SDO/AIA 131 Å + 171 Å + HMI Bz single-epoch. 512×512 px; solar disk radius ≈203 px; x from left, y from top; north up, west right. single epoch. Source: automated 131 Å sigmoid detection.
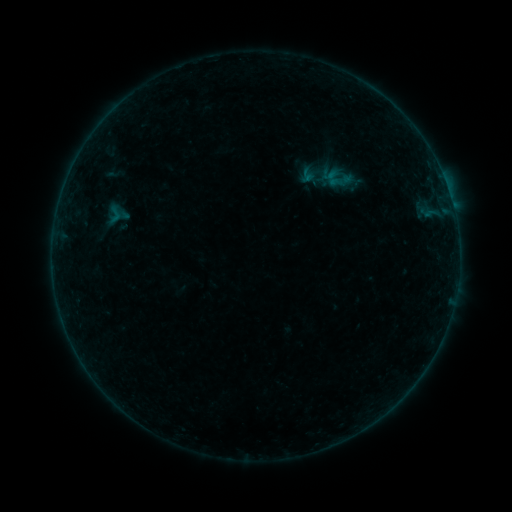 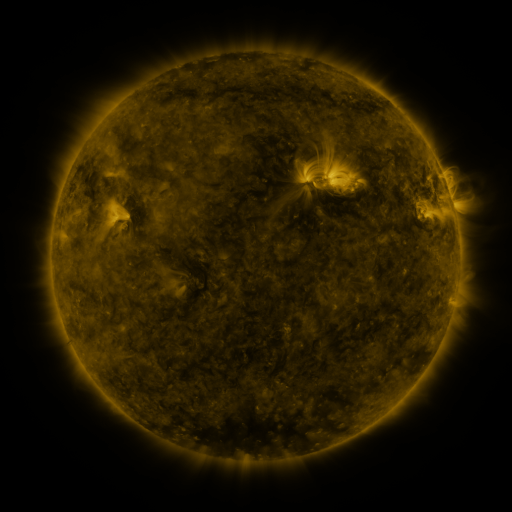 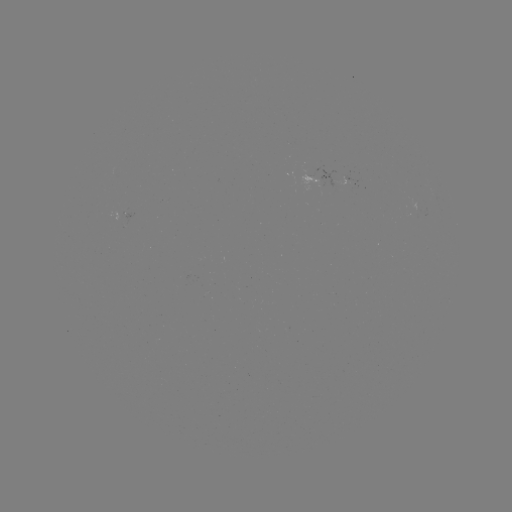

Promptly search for sigmoid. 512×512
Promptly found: [114, 214].